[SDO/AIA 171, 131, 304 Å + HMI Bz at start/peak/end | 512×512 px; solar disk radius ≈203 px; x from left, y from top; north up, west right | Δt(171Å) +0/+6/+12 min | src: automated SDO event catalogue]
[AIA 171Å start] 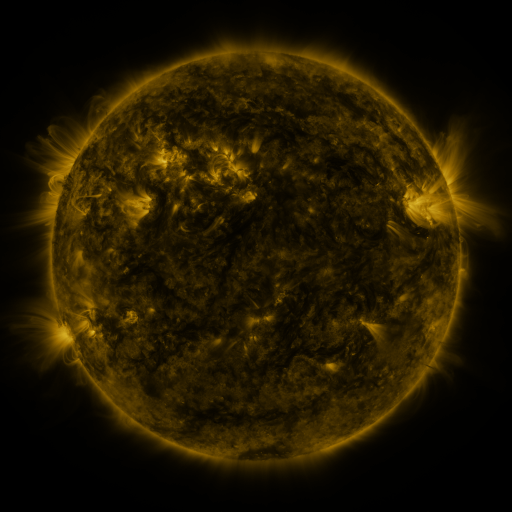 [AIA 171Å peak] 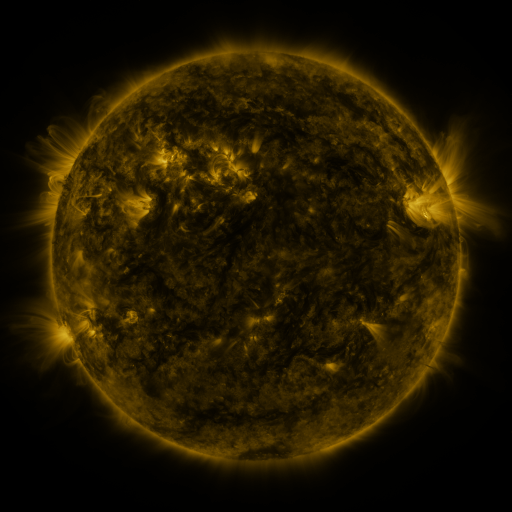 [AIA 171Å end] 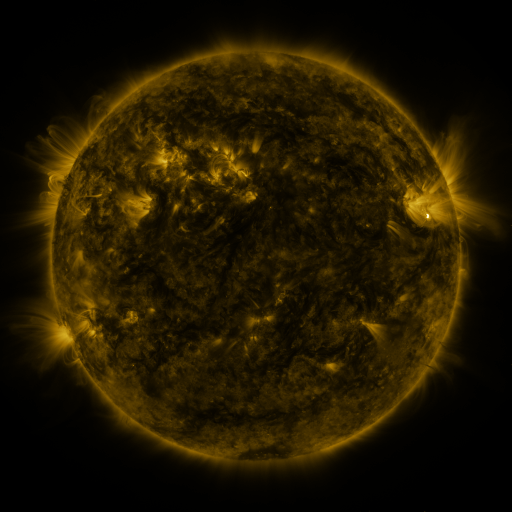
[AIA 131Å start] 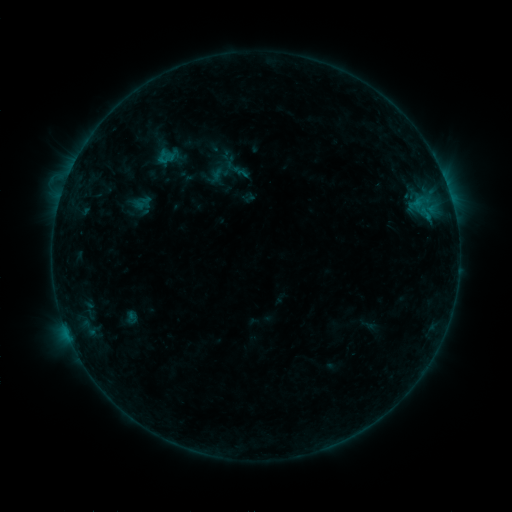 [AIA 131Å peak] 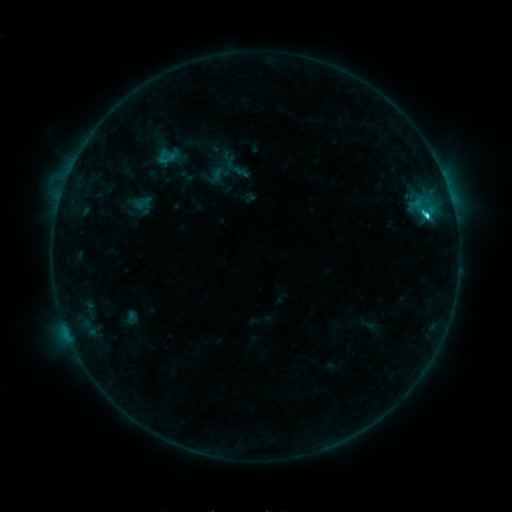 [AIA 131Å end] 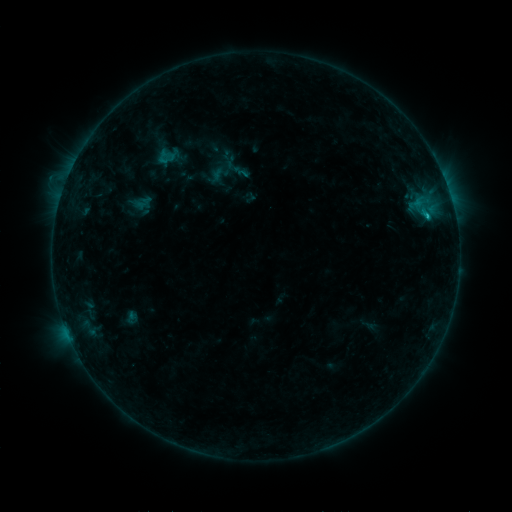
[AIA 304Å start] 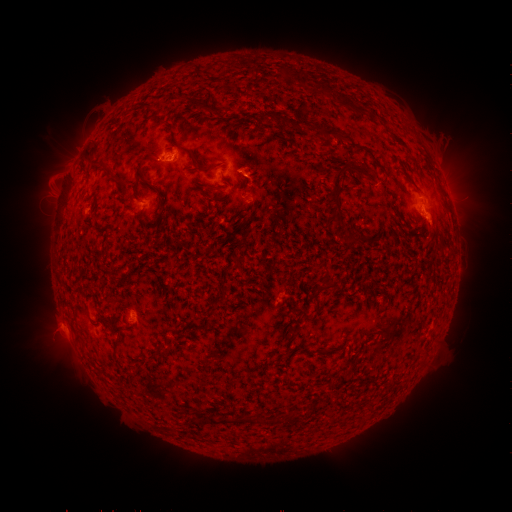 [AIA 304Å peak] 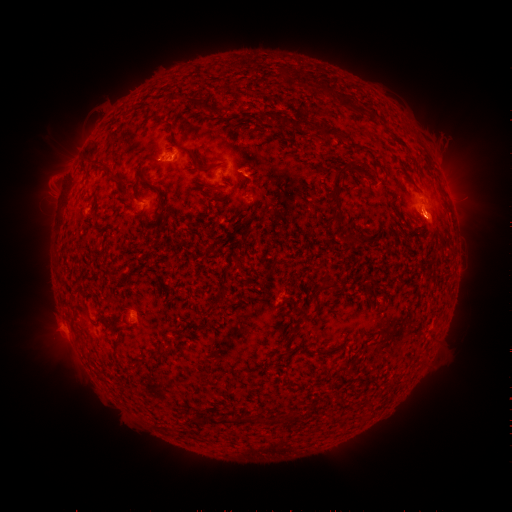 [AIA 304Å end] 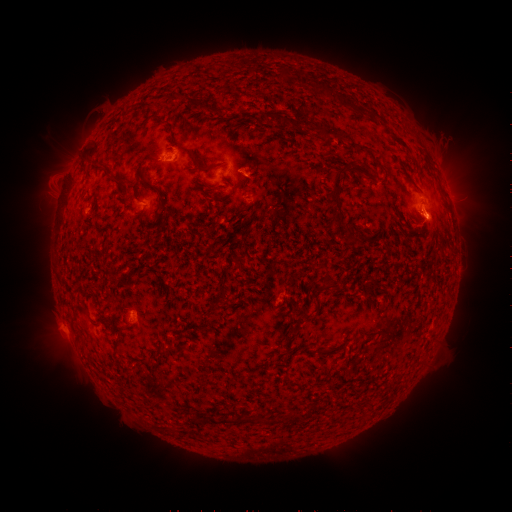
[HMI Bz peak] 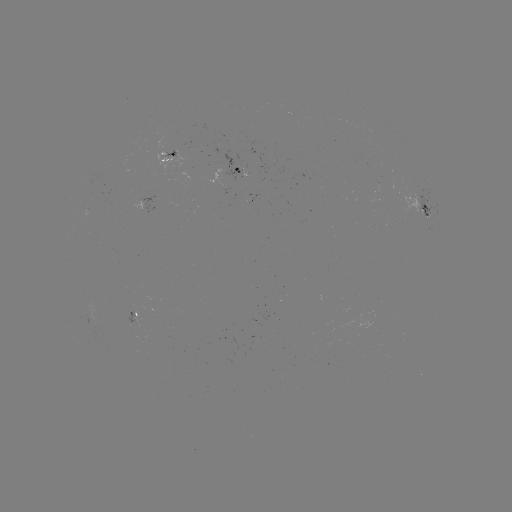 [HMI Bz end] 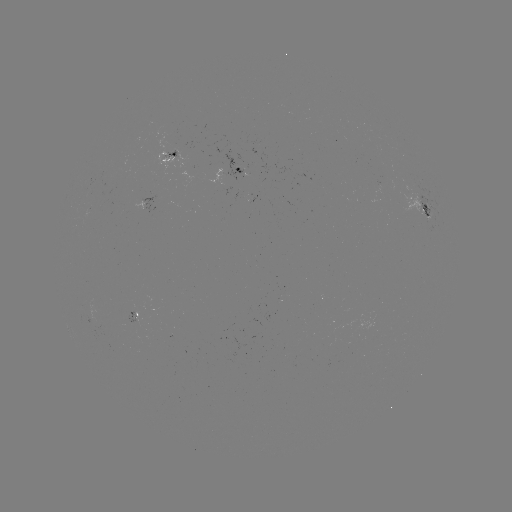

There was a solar flare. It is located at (424, 215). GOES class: C2.2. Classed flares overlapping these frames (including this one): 1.